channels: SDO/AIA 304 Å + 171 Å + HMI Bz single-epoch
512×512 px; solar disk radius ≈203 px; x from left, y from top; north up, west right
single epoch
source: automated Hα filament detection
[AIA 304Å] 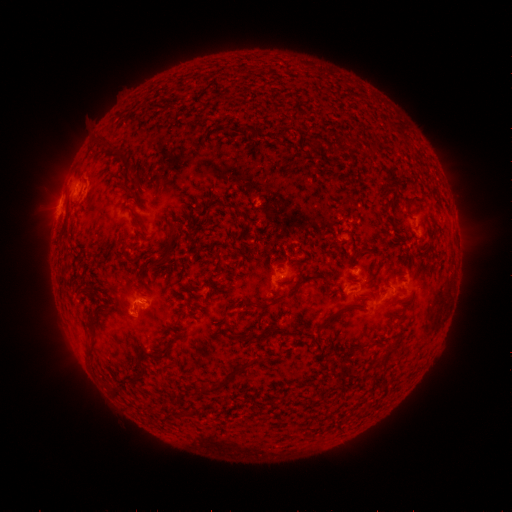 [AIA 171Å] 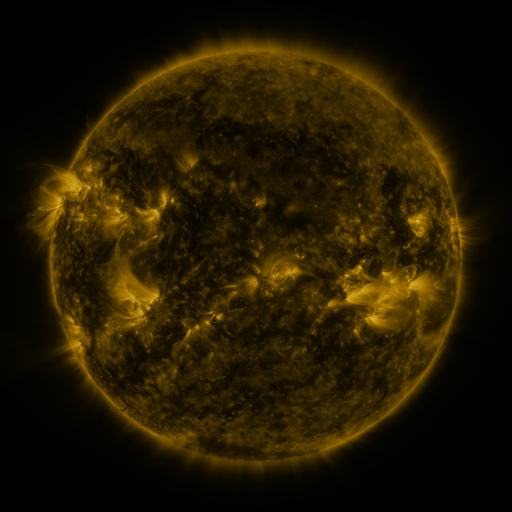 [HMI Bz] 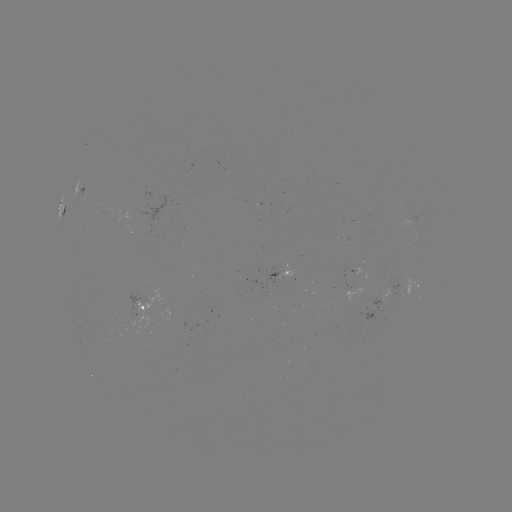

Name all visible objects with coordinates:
filament: [348, 138, 356, 150]
filament: [121, 181, 134, 193]
filament: [408, 196, 419, 204]
filament: [224, 203, 236, 209]
filament: [131, 210, 143, 226]
filament: [157, 236, 177, 263]
filament: [118, 299, 127, 310]
filament: [256, 300, 268, 309]
filament: [235, 332, 261, 342]
filament: [356, 343, 368, 351]
filament: [138, 361, 147, 373]
filament: [199, 372, 232, 393]
filament: [338, 372, 346, 387]
